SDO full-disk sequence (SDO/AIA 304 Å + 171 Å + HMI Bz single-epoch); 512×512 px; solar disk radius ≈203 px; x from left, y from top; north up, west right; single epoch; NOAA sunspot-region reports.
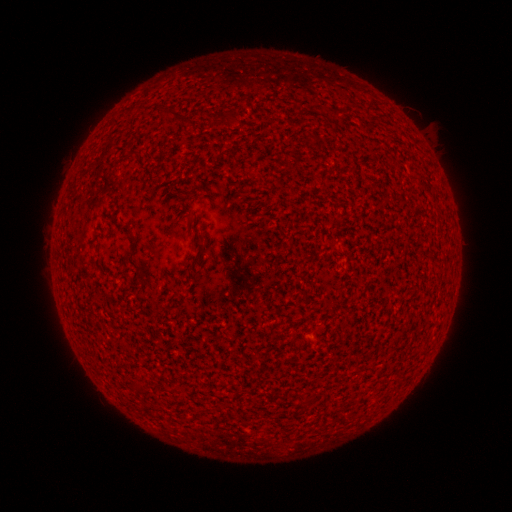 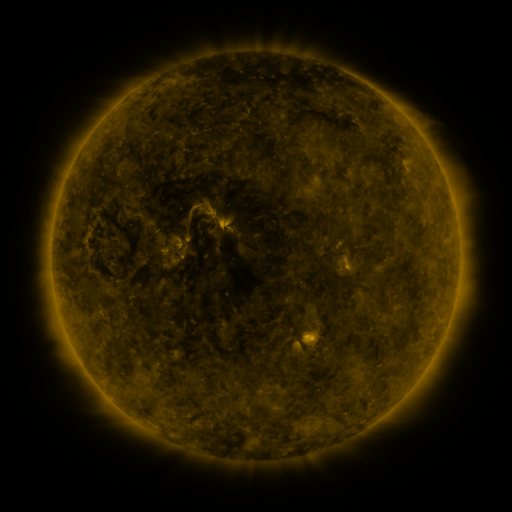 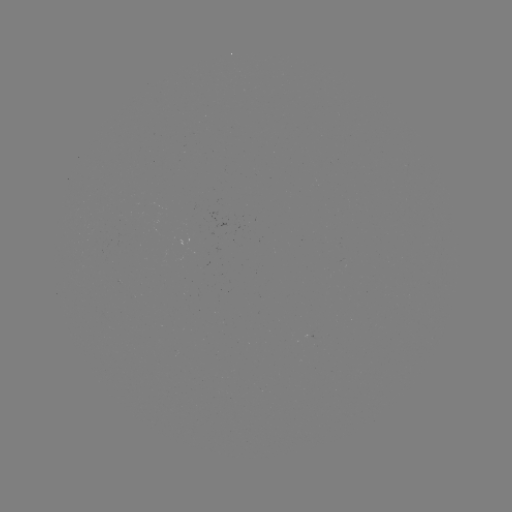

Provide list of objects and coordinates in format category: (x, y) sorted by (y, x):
(none)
